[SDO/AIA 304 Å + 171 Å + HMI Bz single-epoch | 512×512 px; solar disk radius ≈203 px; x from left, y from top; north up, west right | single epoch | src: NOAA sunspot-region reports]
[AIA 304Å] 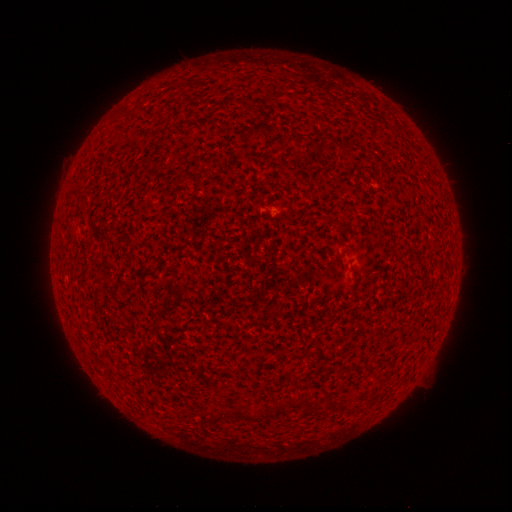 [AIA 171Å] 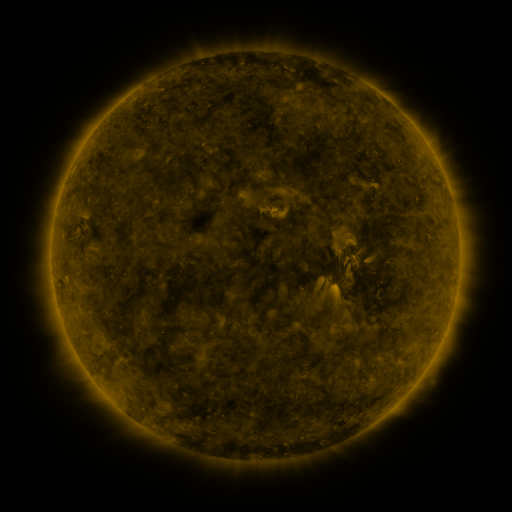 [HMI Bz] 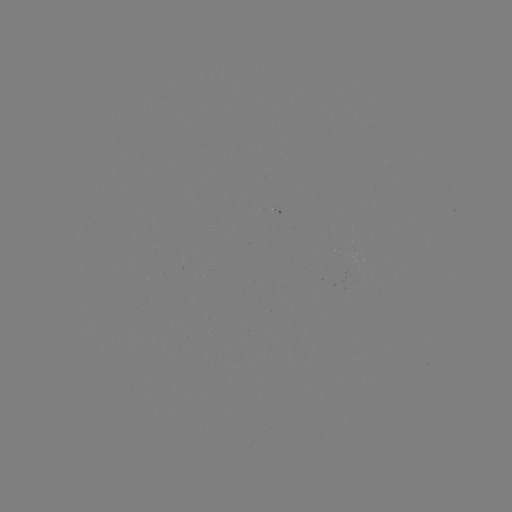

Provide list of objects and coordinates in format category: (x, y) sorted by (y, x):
(none)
